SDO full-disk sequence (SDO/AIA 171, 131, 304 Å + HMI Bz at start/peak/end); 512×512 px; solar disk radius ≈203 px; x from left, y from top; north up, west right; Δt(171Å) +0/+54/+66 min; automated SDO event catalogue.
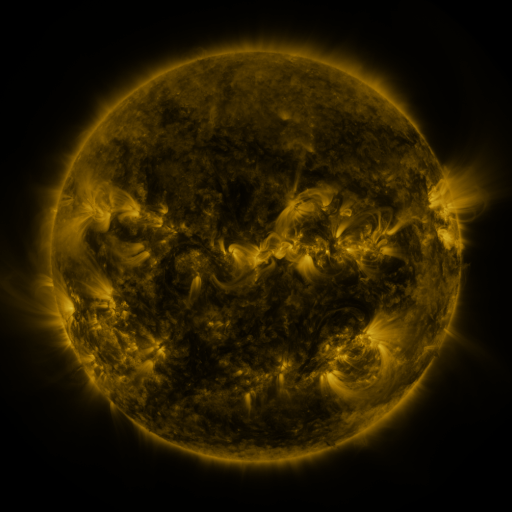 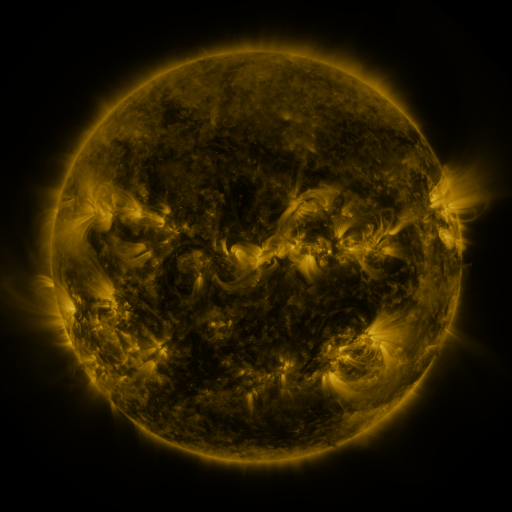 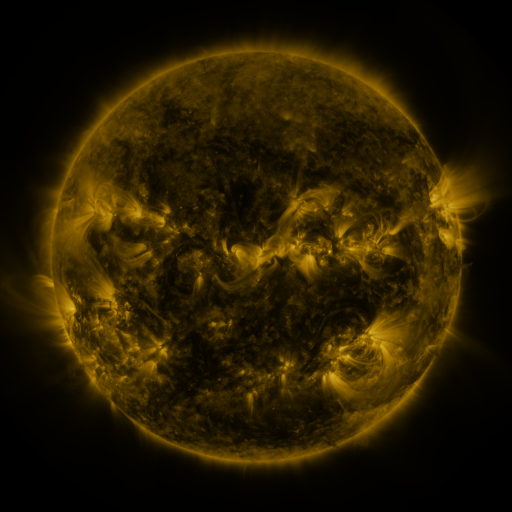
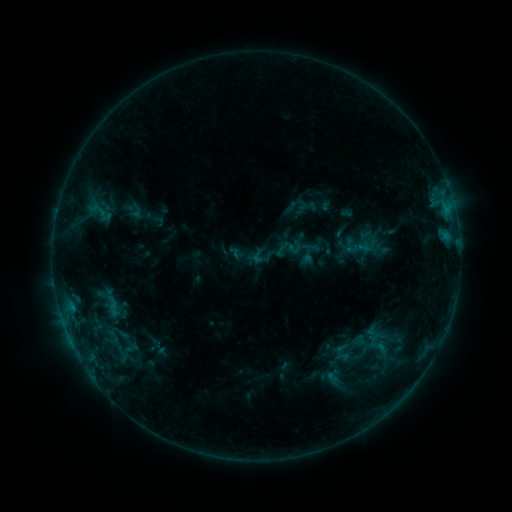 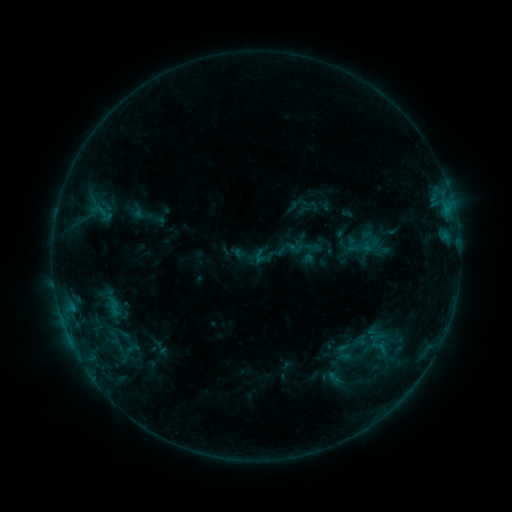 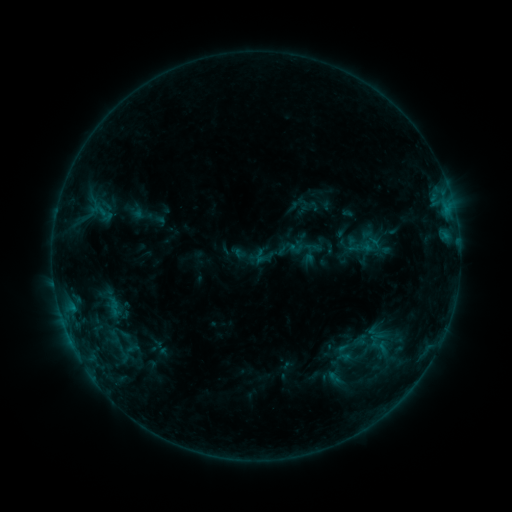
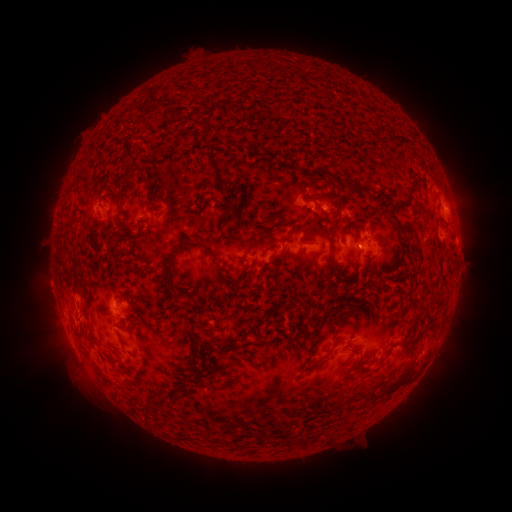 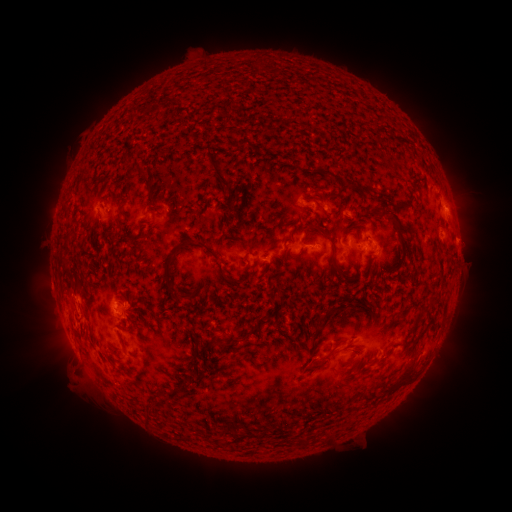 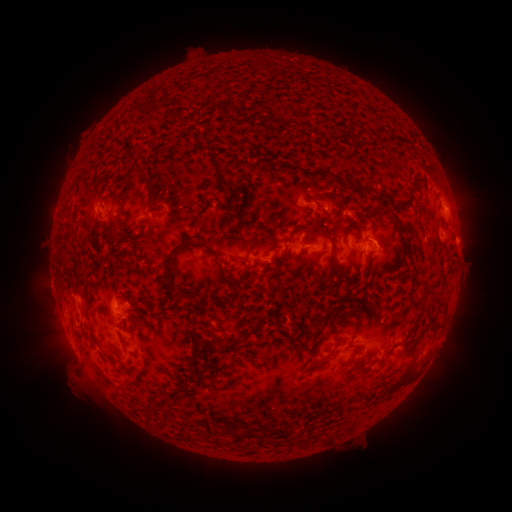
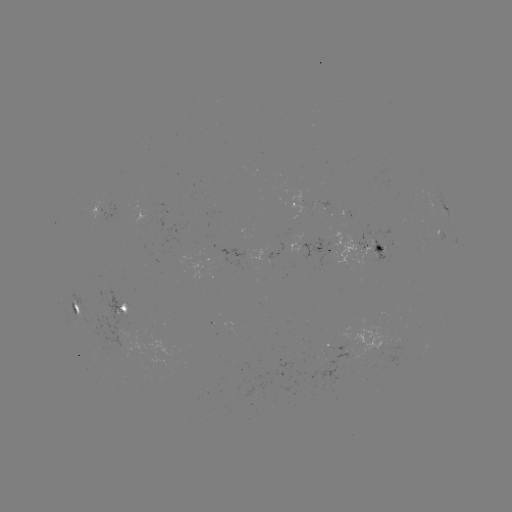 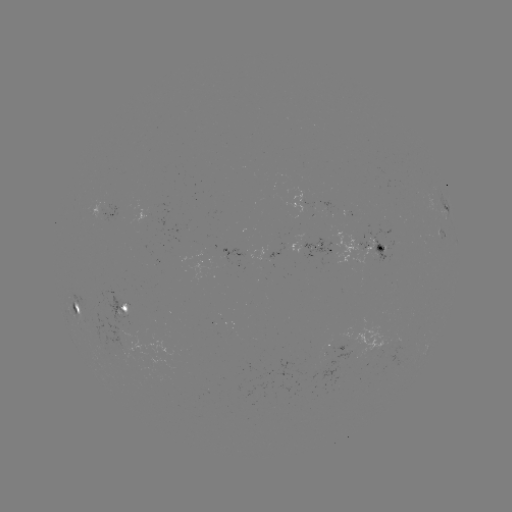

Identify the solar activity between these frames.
emerging-flux region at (372, 251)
